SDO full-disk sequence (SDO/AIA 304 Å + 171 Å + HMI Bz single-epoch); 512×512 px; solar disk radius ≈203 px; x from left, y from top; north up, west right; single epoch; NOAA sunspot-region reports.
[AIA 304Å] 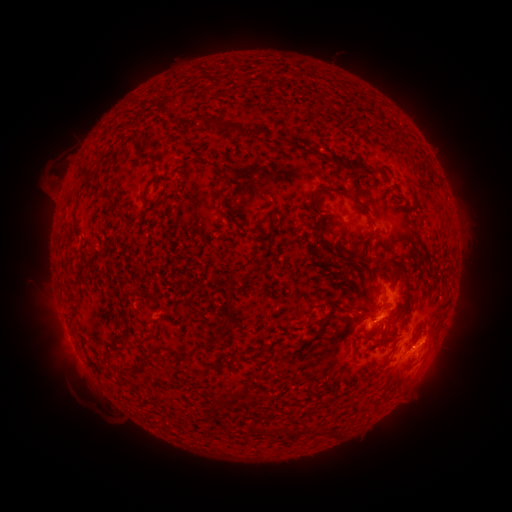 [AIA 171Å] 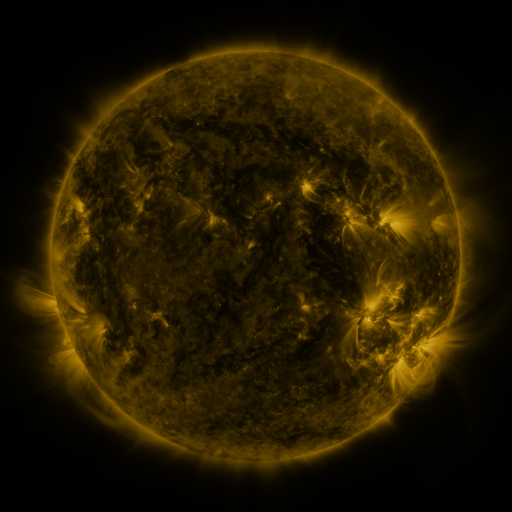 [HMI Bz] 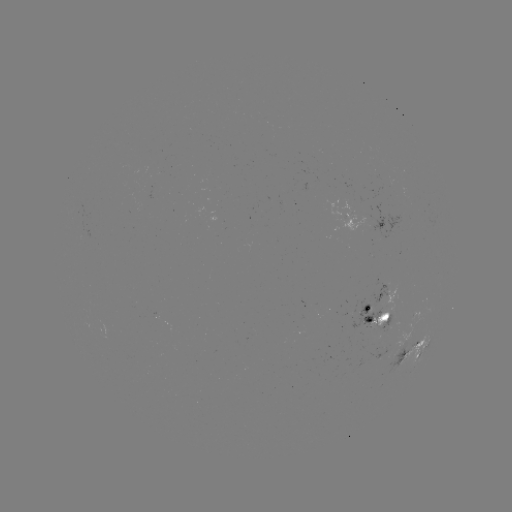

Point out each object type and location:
spotted active region: (356, 221)
spotted active region: (387, 298)
spotted active region: (421, 318)
spotted active region: (378, 319)
spotted active region: (418, 350)
spotted active region: (403, 357)
